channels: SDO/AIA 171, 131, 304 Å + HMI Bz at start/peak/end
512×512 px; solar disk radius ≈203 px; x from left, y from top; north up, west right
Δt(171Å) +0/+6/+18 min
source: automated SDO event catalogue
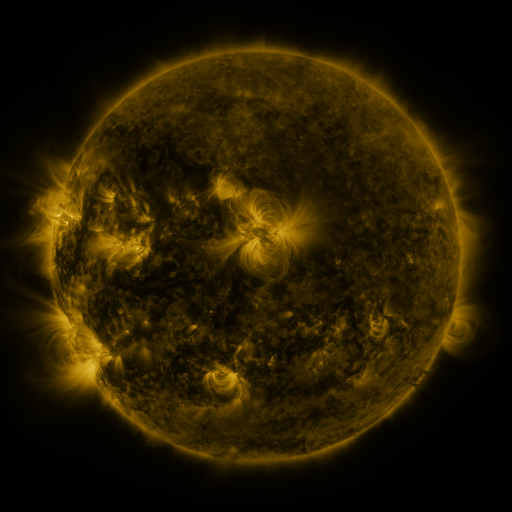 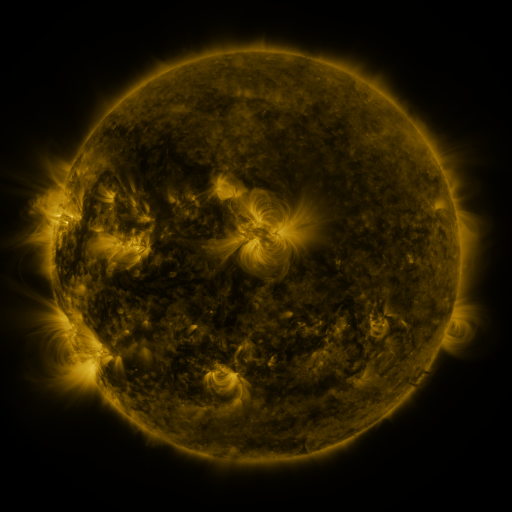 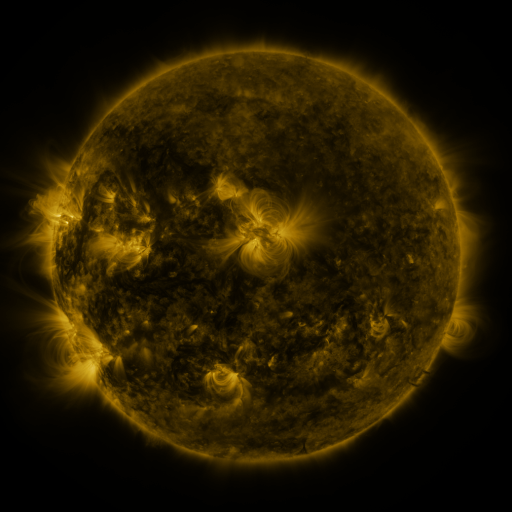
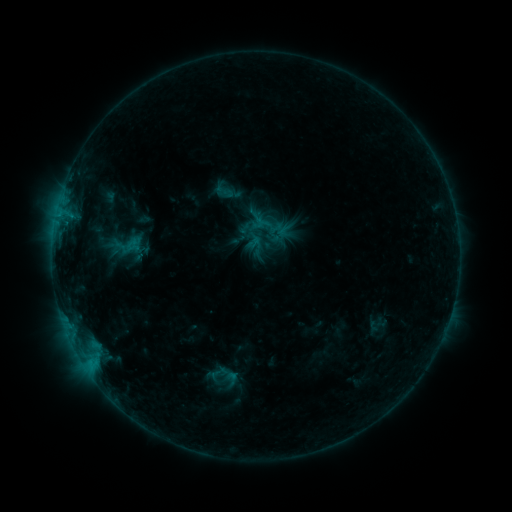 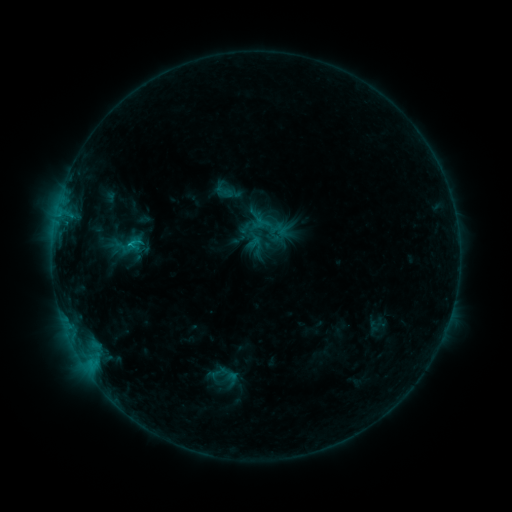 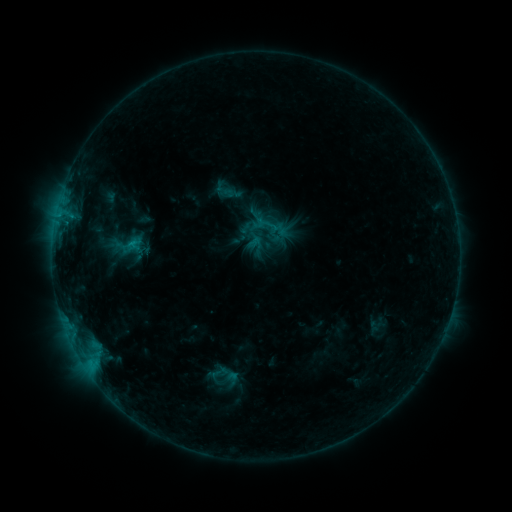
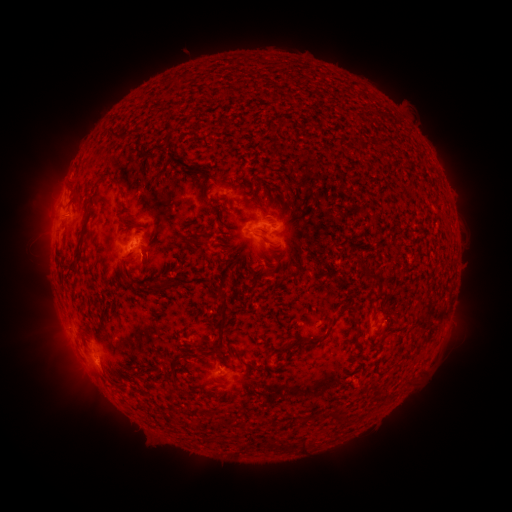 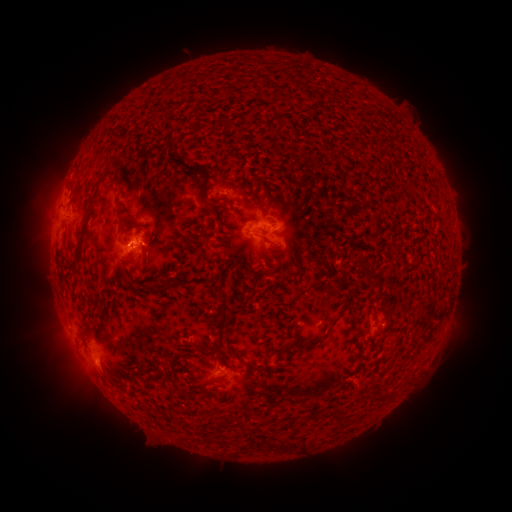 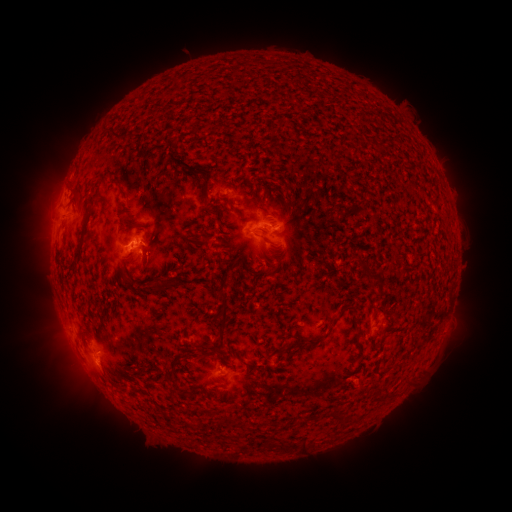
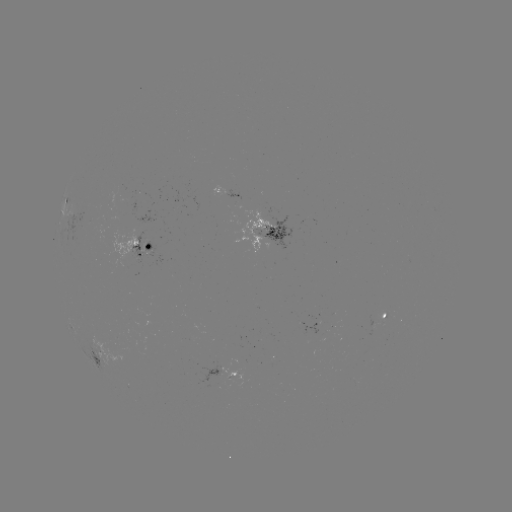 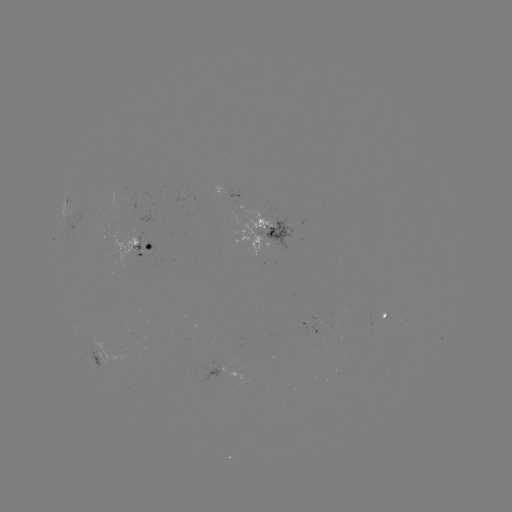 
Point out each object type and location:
B9.2 flare: (131, 247)
